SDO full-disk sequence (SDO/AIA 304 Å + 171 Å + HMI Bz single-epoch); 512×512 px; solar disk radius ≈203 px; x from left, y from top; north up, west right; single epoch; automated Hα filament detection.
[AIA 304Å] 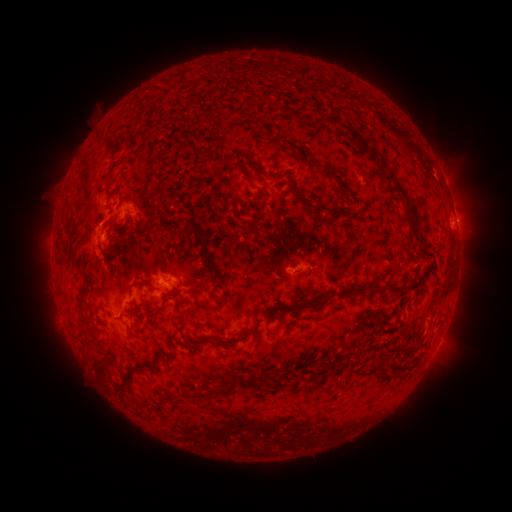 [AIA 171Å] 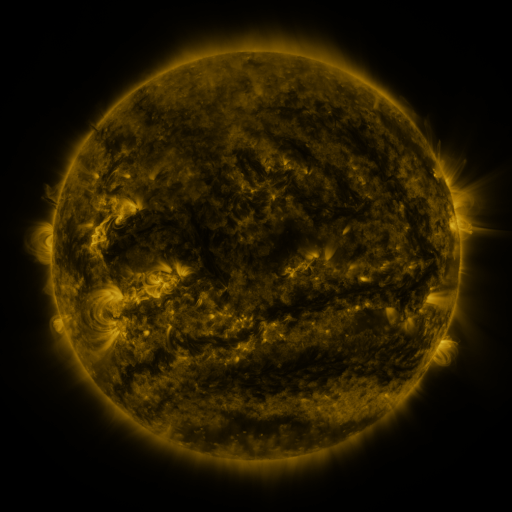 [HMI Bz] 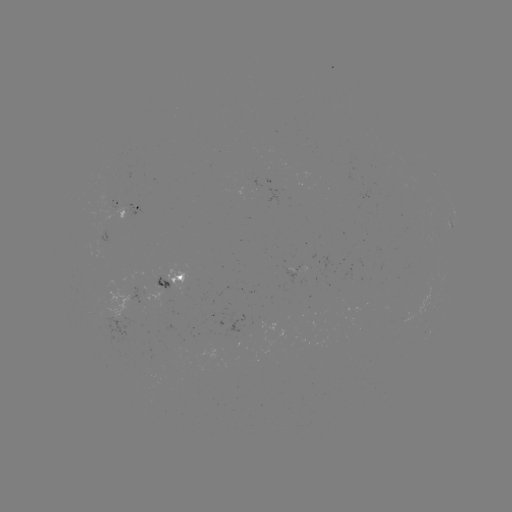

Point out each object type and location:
filament: (332, 117, 339, 131)
filament: (99, 135, 108, 143)
filament: (182, 141, 195, 149)
filament: (363, 143, 379, 161)
filament: (327, 169, 343, 186)
filament: (385, 170, 422, 235)
filament: (286, 177, 339, 218)
filament: (145, 218, 155, 229)
filament: (185, 218, 200, 236)
filament: (105, 242, 114, 255)
filament: (188, 276, 217, 293)
filament: (388, 284, 401, 294)
filament: (77, 286, 90, 312)
filament: (297, 300, 331, 311)
filament: (144, 303, 166, 316)
filament: (206, 336, 226, 345)
filament: (113, 361, 141, 391)
filament: (256, 373, 265, 385)
filament: (216, 374, 237, 398)
